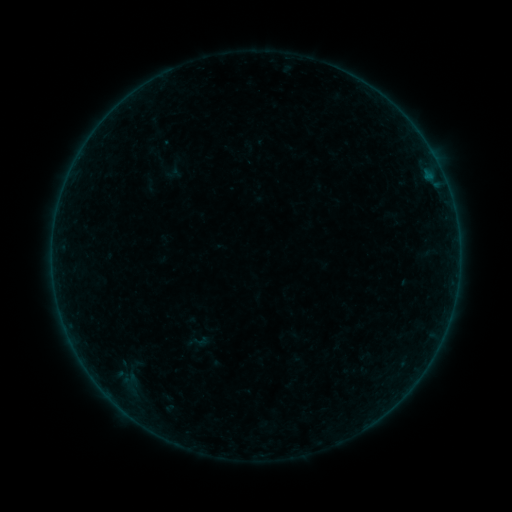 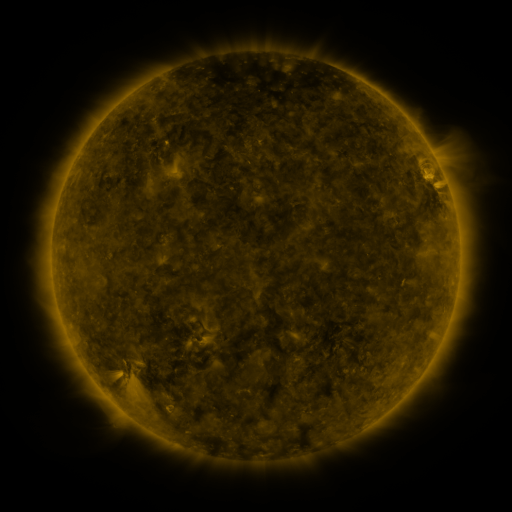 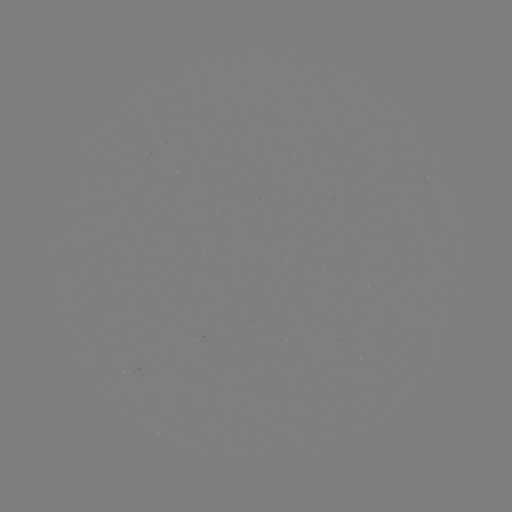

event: sigmoid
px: (200, 341)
